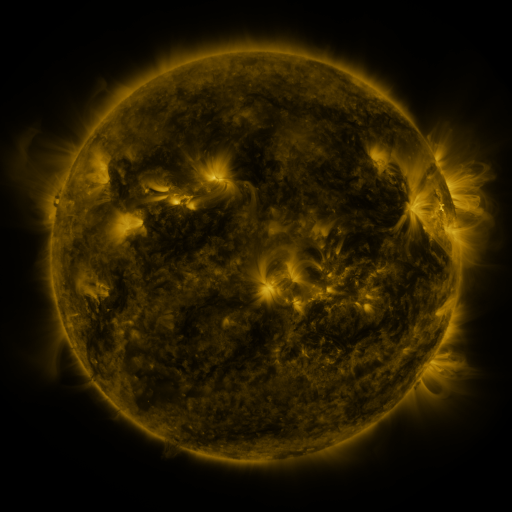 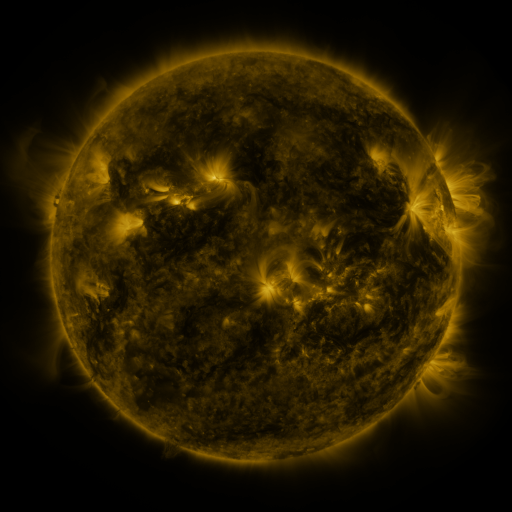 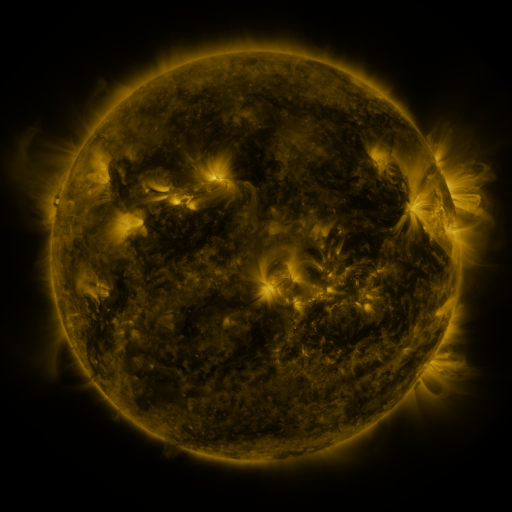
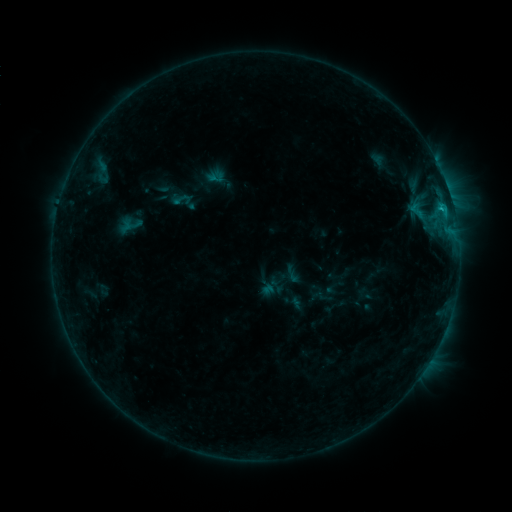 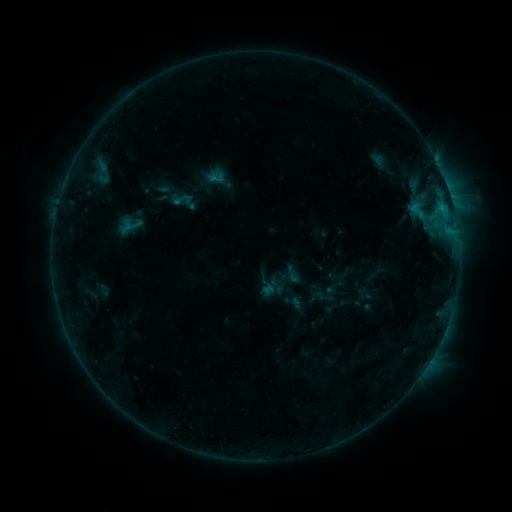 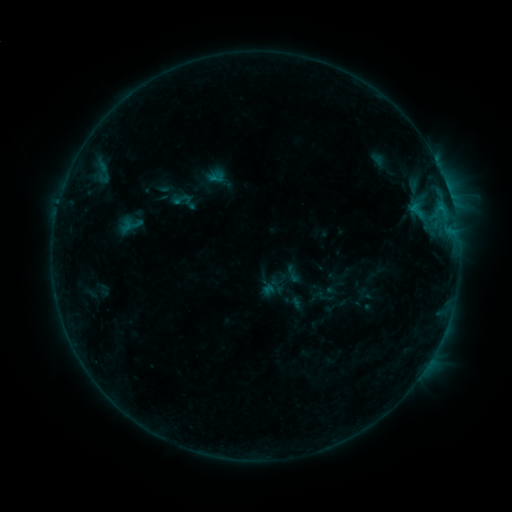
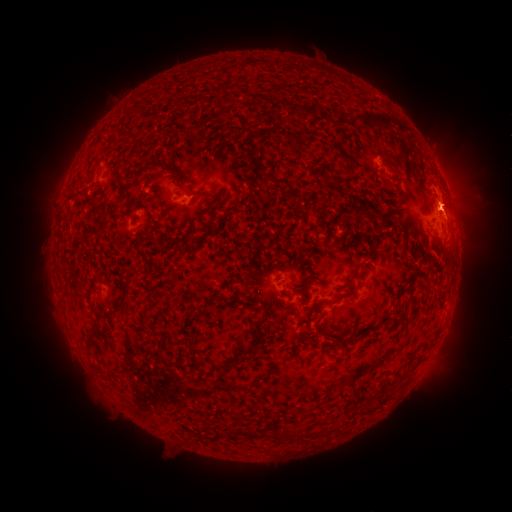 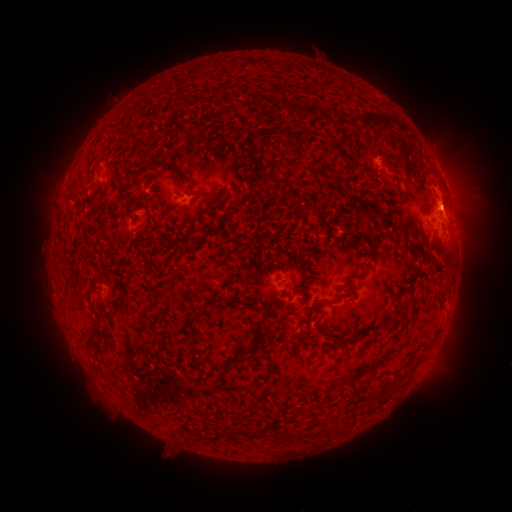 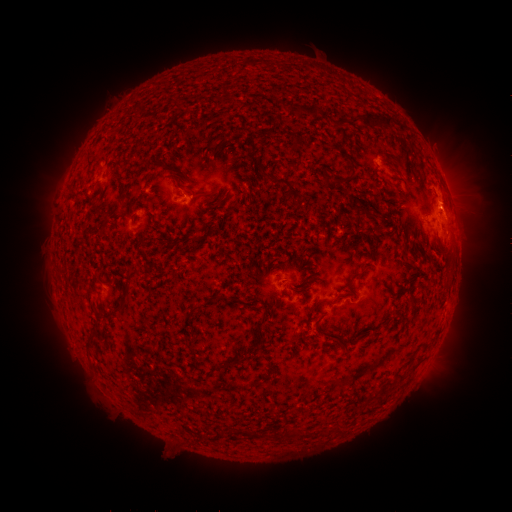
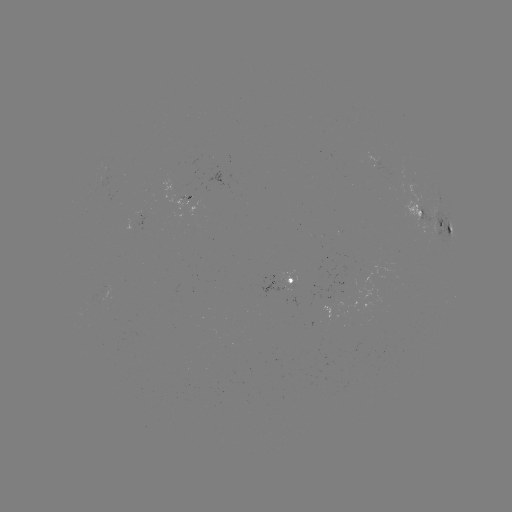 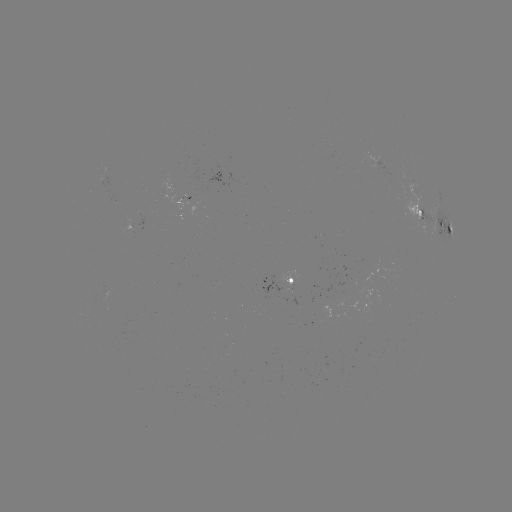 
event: eruption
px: (454, 197)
